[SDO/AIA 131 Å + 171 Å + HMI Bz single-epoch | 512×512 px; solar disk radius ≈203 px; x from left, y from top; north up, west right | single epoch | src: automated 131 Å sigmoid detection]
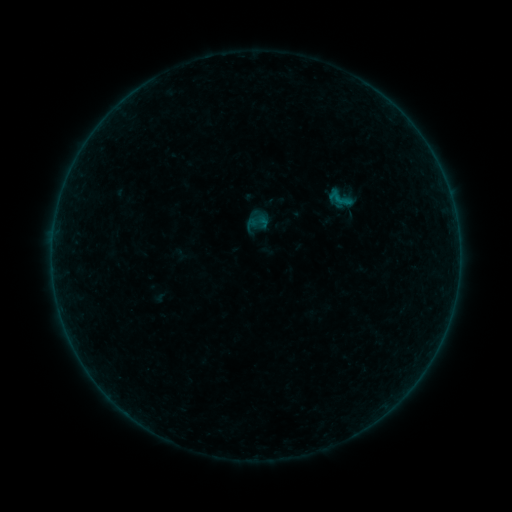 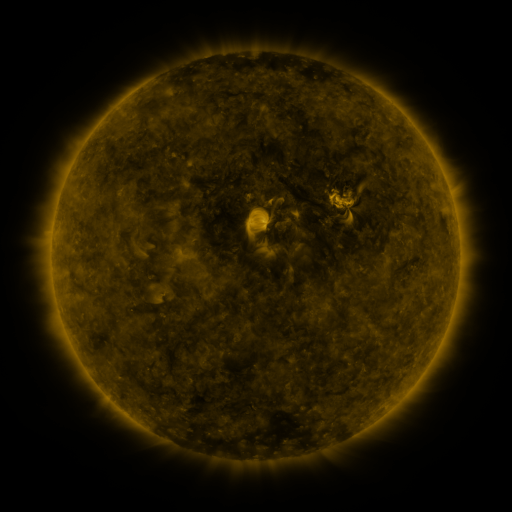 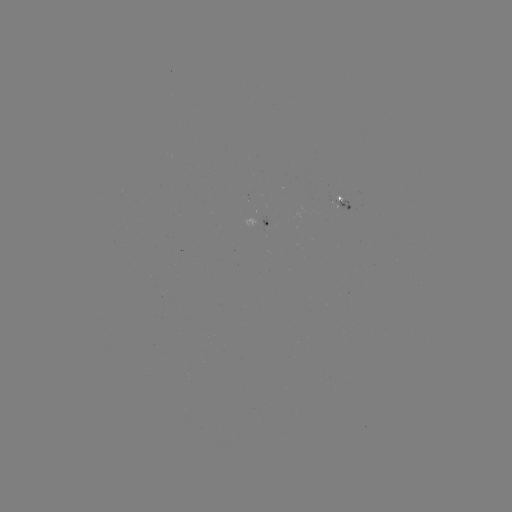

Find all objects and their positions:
sigmoid: (341, 198)
sigmoid: (259, 222)
